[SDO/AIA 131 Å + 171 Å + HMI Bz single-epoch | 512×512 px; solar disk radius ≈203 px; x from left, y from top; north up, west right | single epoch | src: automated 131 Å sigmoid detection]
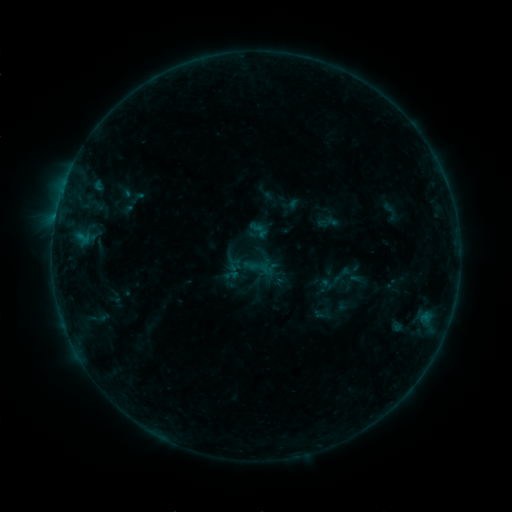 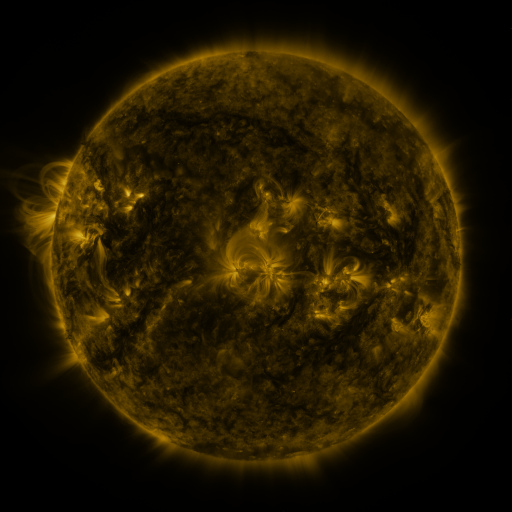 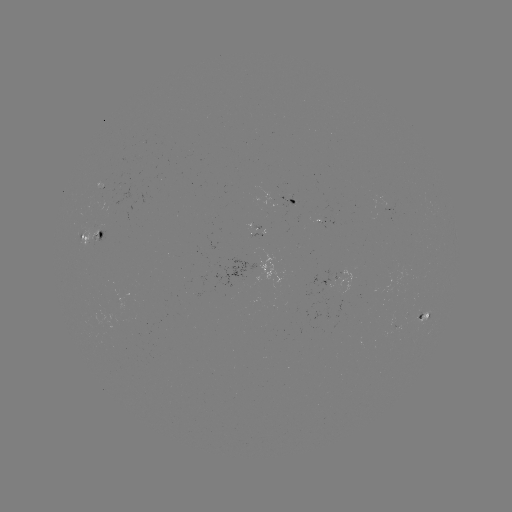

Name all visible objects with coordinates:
sigmoid: (263, 186, 284, 207)
sigmoid: (377, 200, 402, 223)
